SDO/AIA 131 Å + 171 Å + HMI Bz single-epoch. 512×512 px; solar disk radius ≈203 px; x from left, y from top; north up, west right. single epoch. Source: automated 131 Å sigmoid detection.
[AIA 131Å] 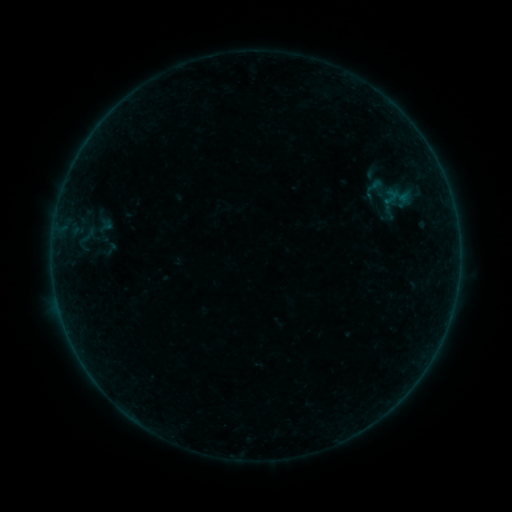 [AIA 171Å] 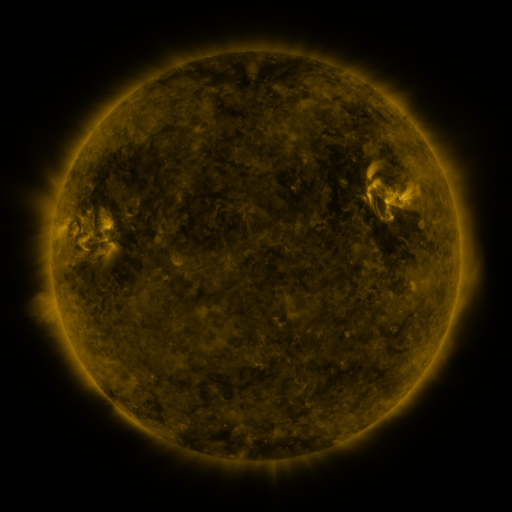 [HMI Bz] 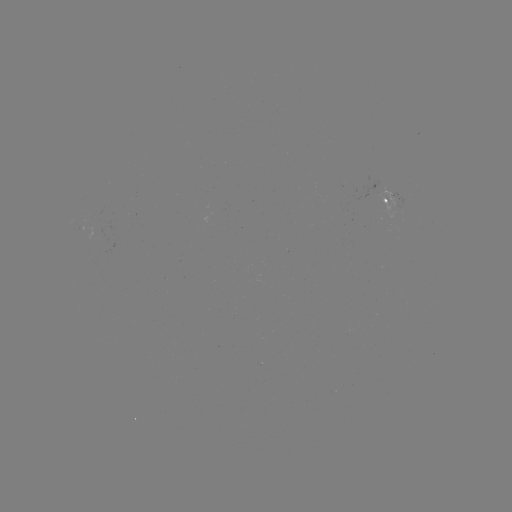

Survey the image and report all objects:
sigmoid: (355, 176, 392, 201)
